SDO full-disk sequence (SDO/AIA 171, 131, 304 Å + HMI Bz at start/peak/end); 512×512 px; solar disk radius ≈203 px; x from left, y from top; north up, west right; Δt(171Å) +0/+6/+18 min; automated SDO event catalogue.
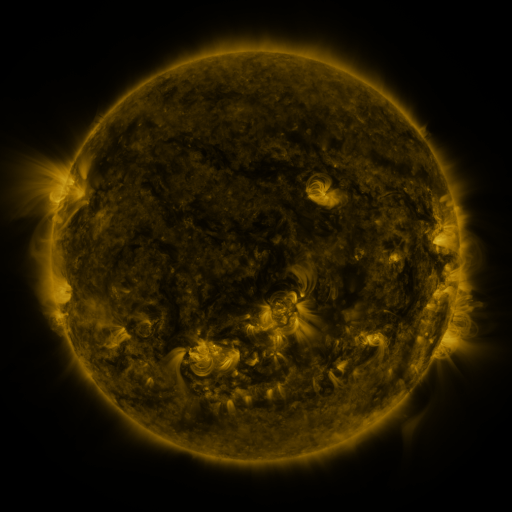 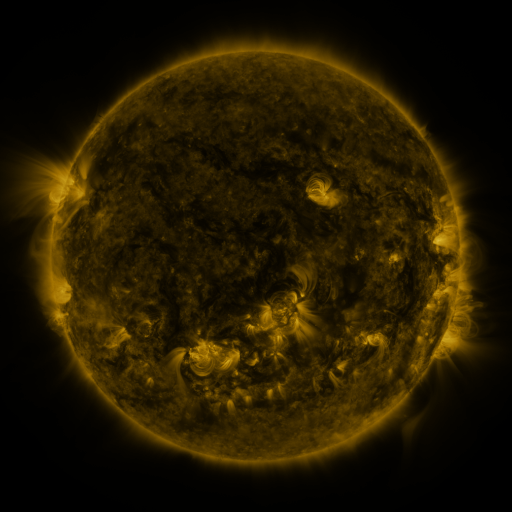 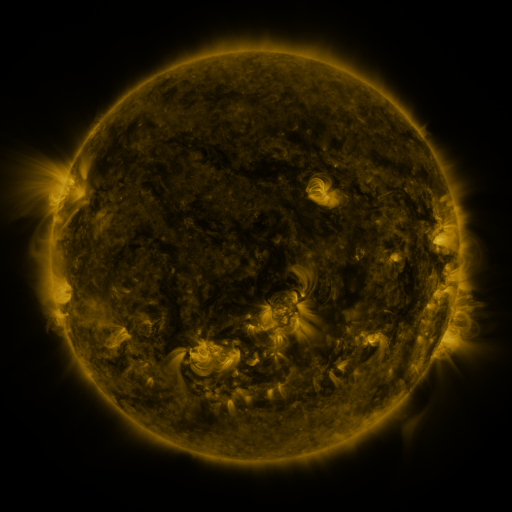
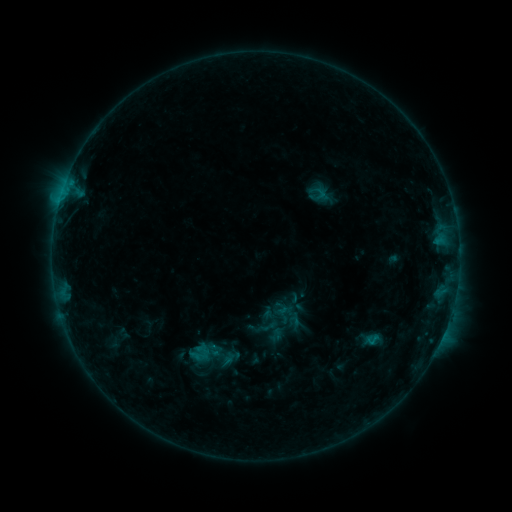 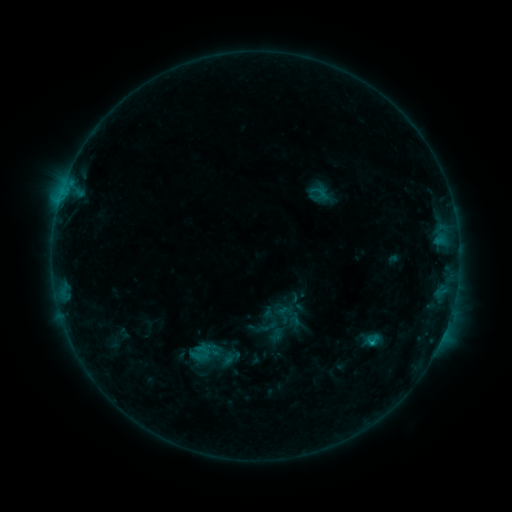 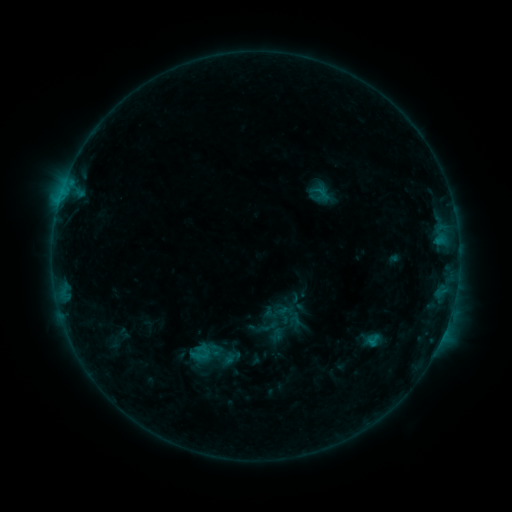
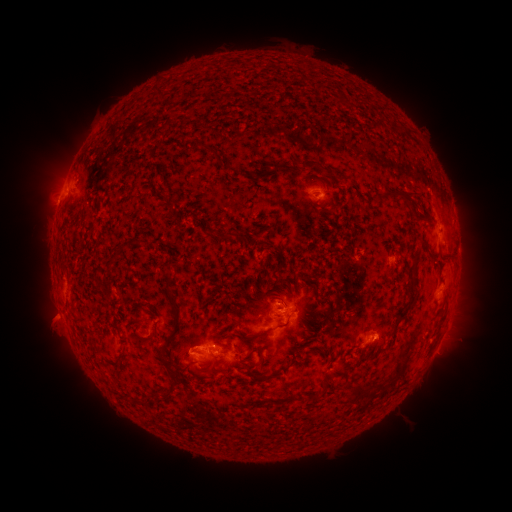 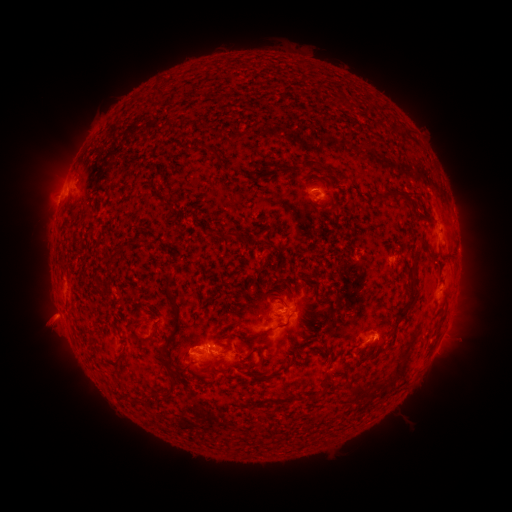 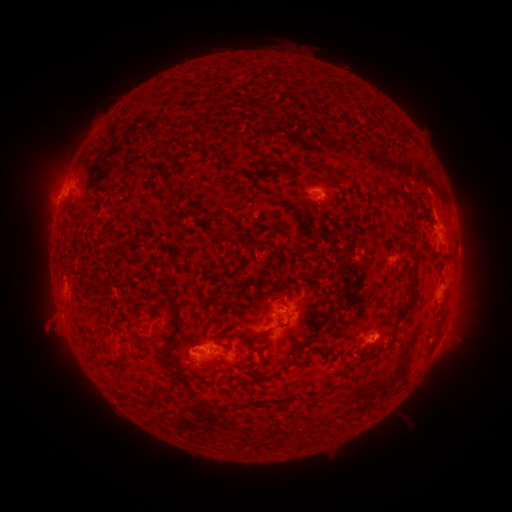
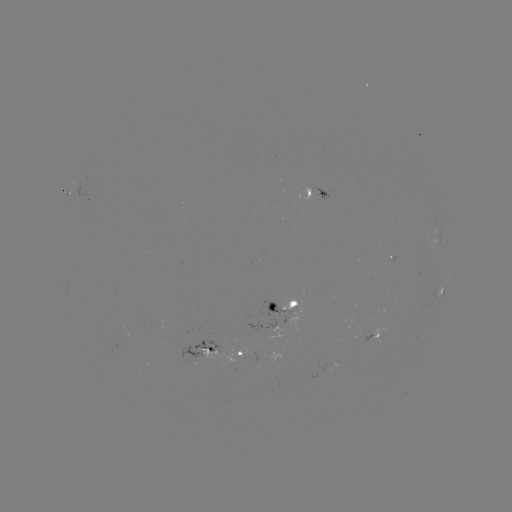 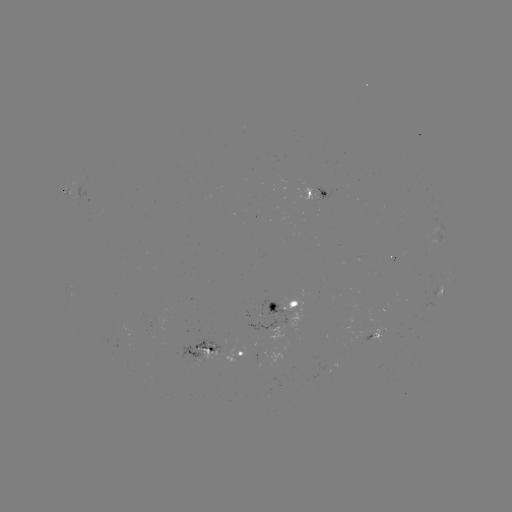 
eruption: [21, 291, 75, 348]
